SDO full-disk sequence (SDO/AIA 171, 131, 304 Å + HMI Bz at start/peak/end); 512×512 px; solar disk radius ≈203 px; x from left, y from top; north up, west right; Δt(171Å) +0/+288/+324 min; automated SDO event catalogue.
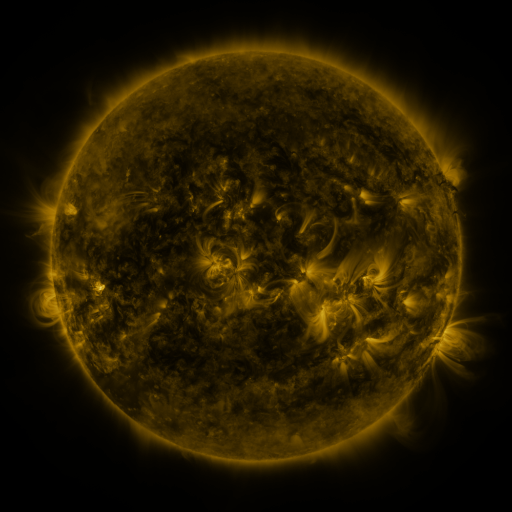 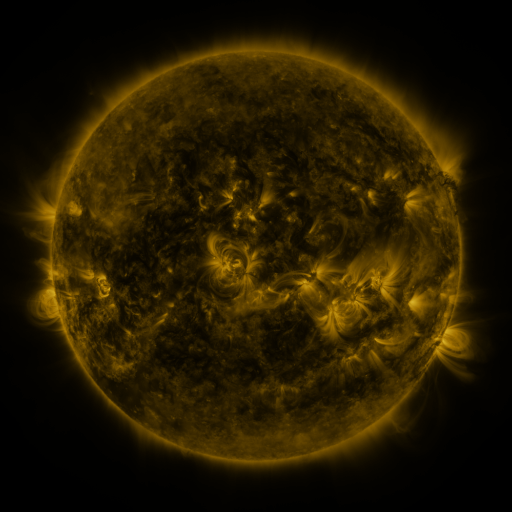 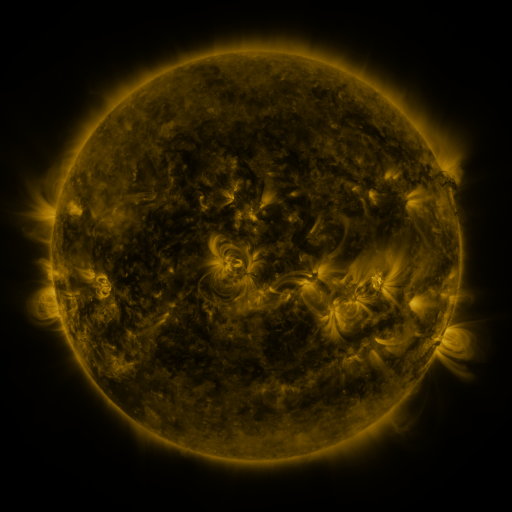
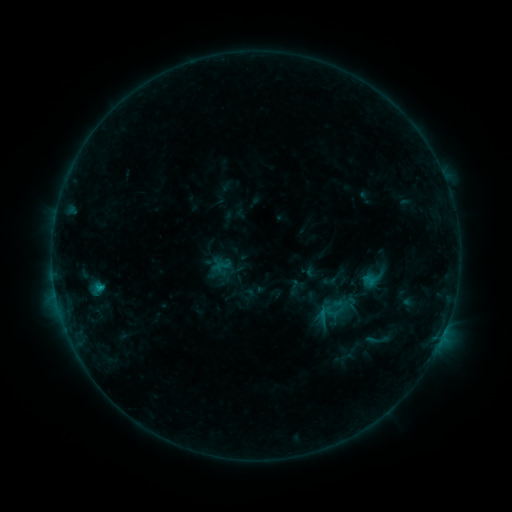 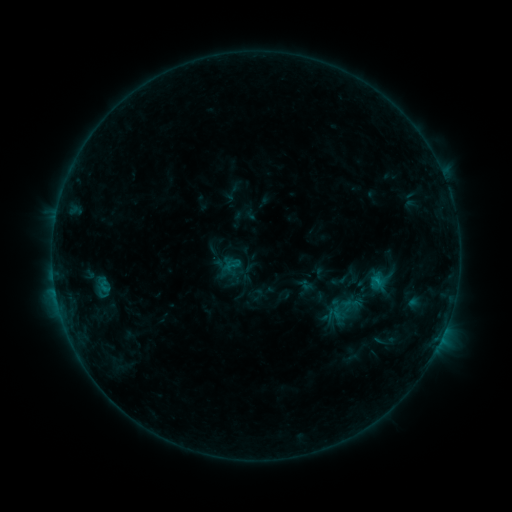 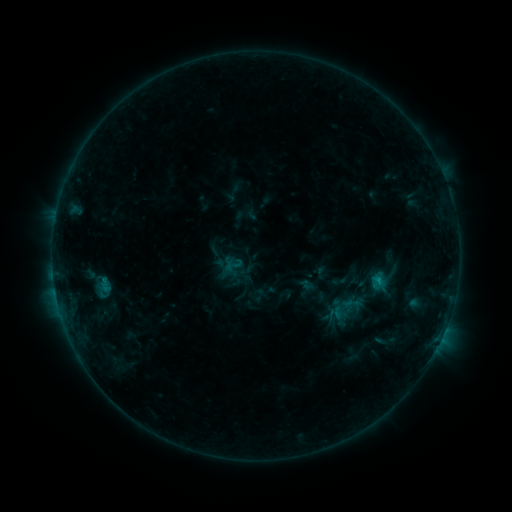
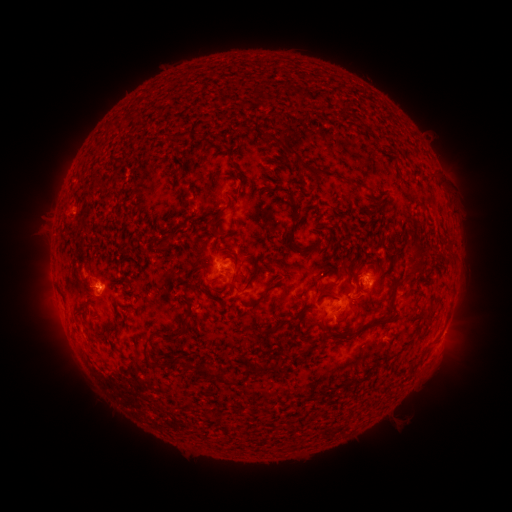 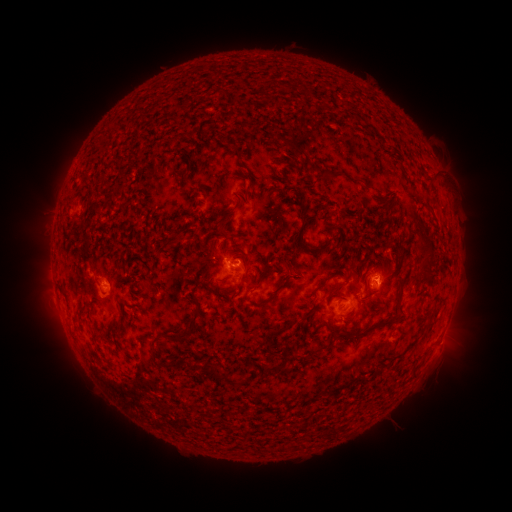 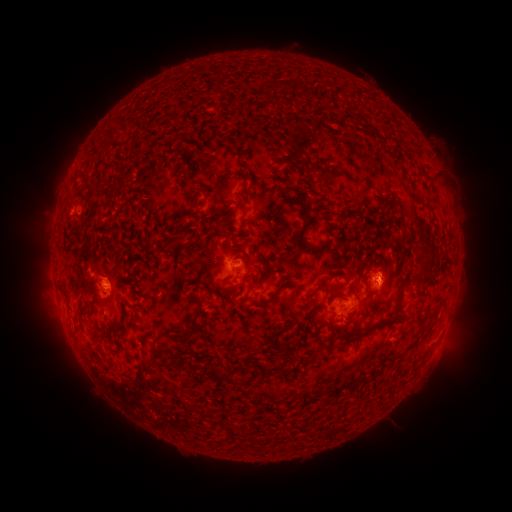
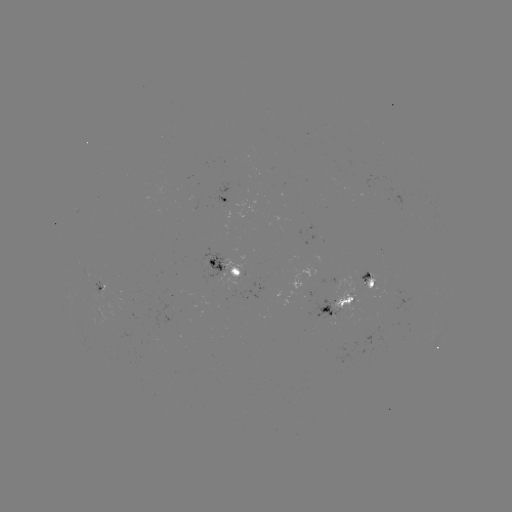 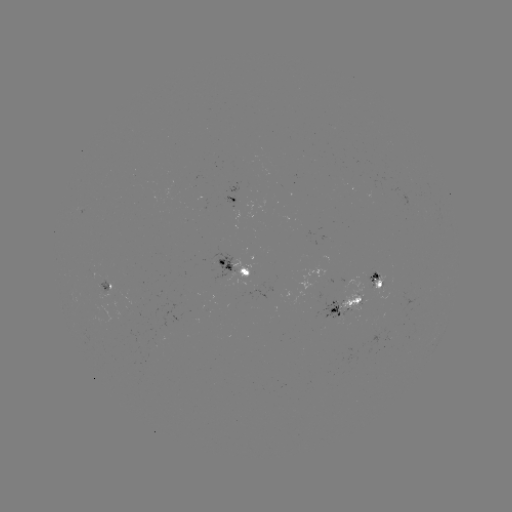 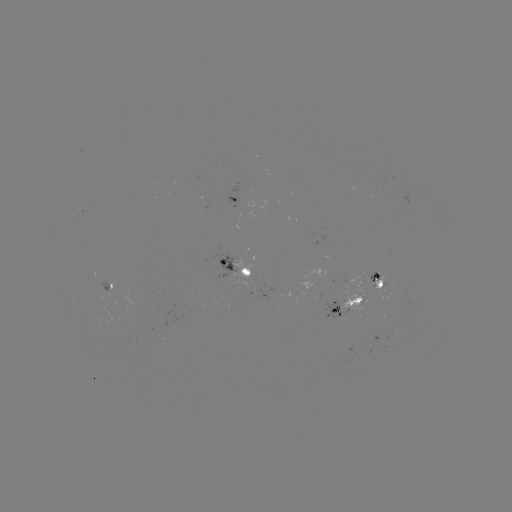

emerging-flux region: (95, 277, 108, 293)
